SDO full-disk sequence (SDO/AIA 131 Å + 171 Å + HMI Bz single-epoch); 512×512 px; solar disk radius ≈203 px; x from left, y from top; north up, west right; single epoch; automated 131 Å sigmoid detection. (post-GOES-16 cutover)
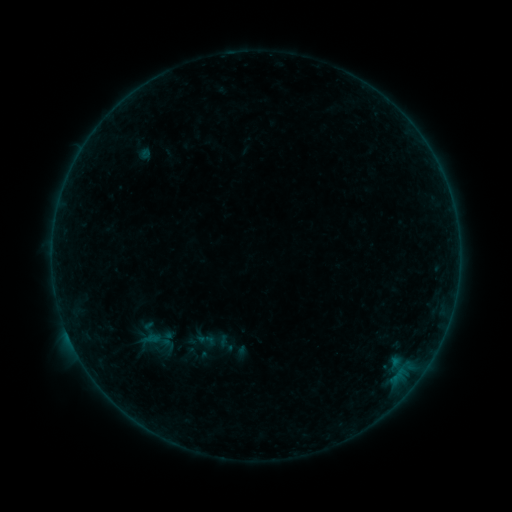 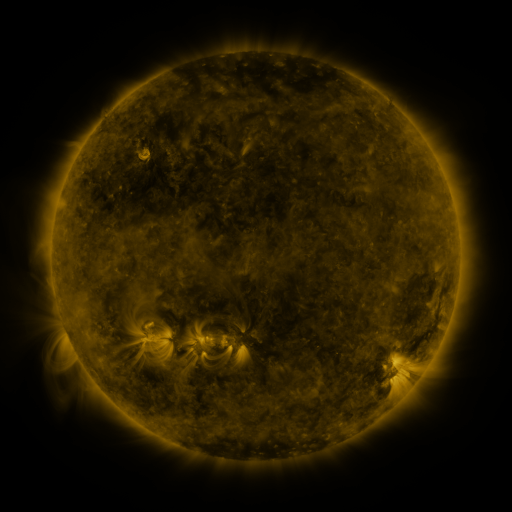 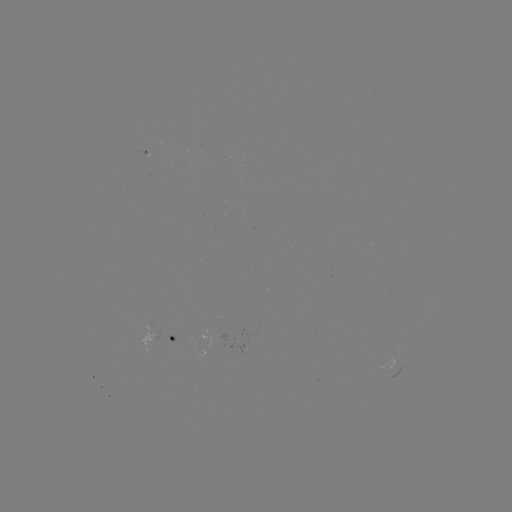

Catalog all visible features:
sigmoid: <bbox>193, 329, 220, 351</bbox>
sigmoid: <bbox>174, 344, 203, 366</bbox>
